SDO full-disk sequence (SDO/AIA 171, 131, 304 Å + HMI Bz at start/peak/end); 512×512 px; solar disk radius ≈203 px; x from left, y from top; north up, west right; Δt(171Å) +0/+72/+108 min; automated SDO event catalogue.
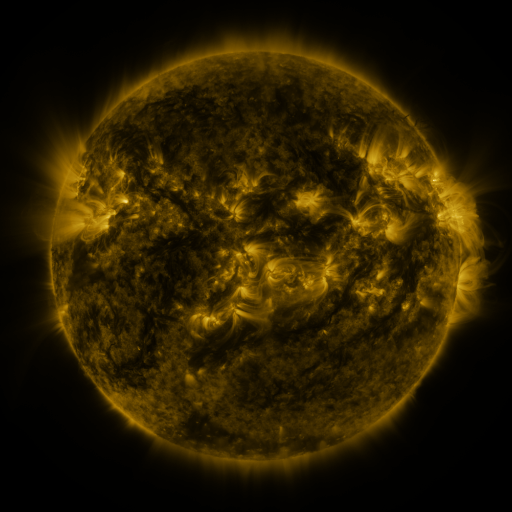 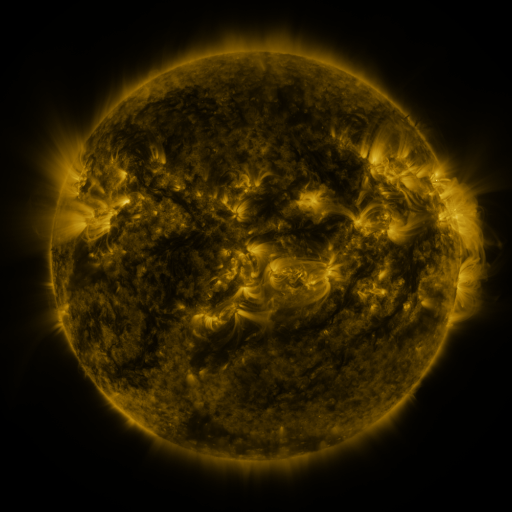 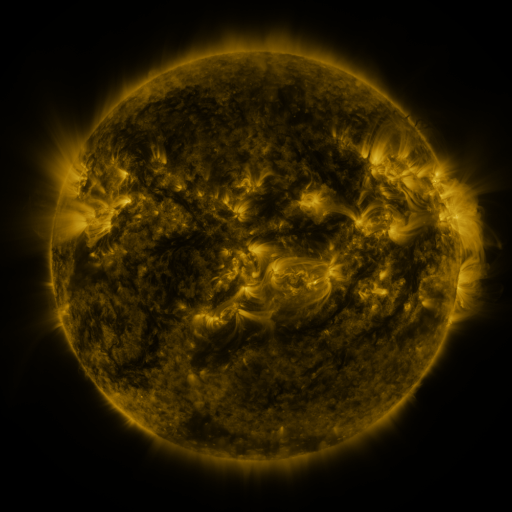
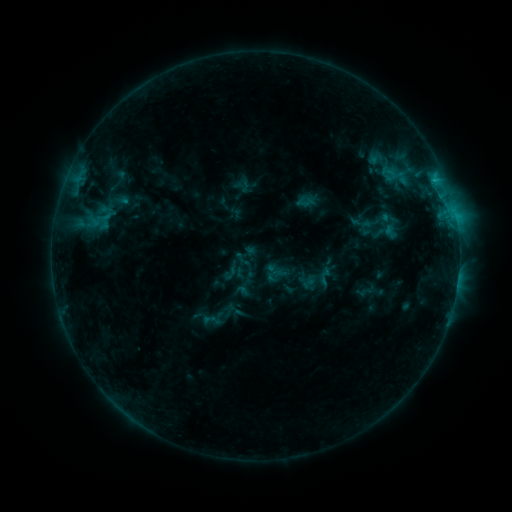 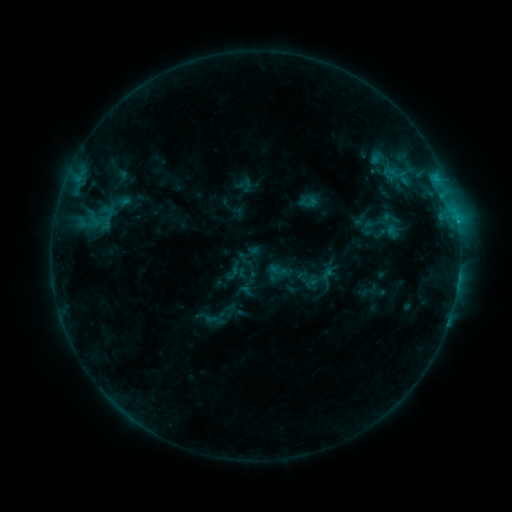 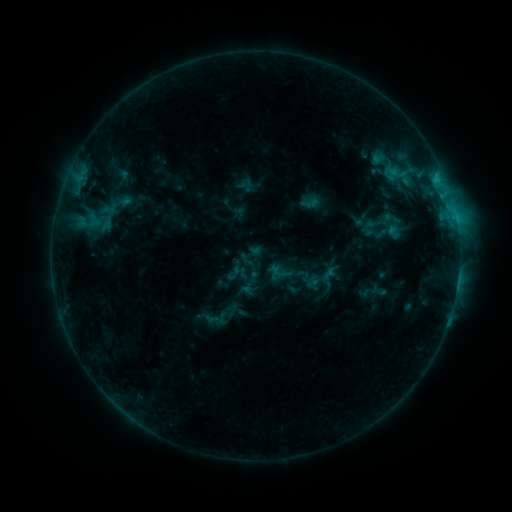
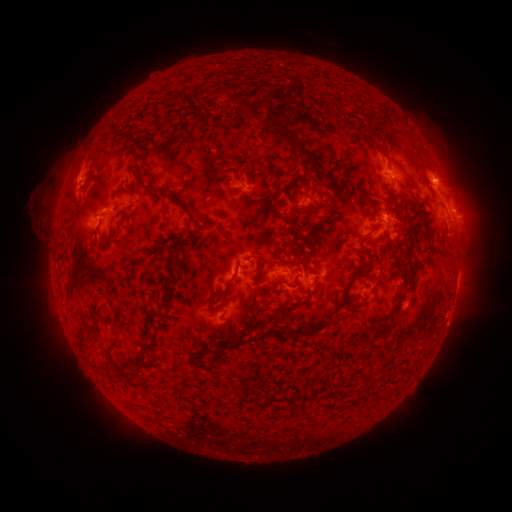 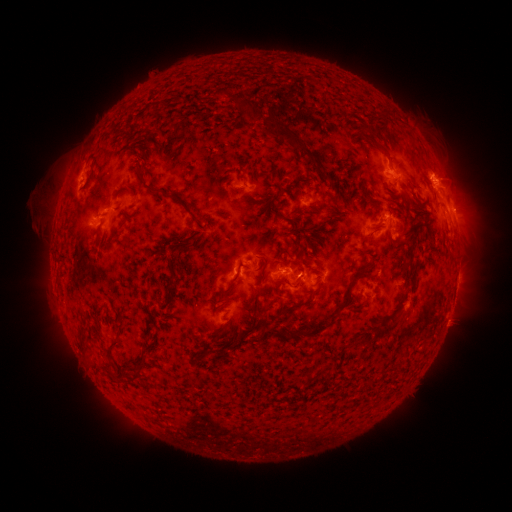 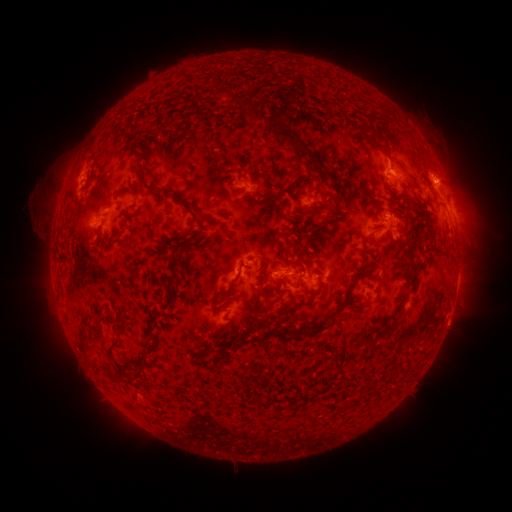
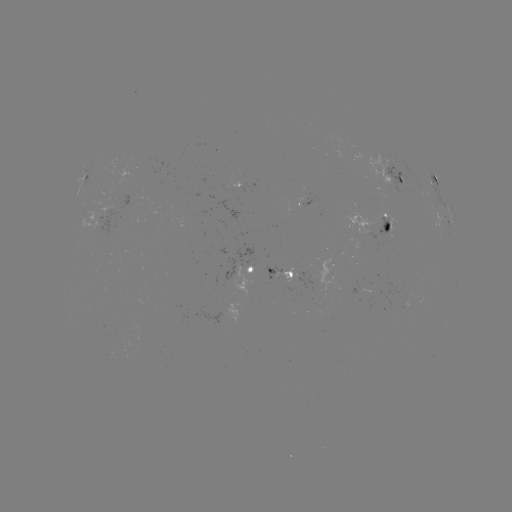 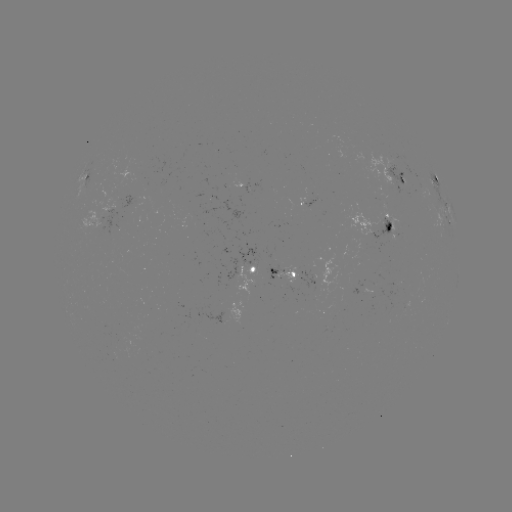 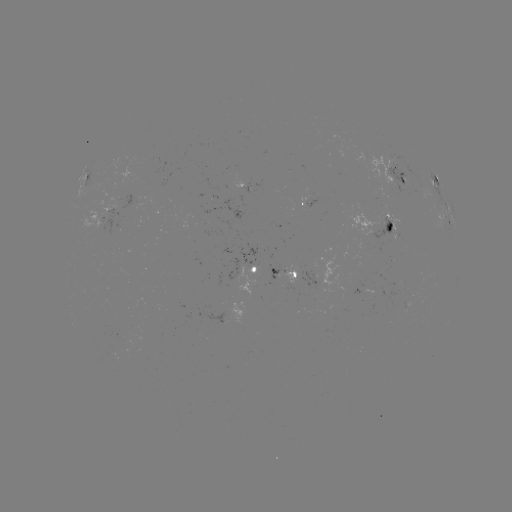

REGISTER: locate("emerging-flux region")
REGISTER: (112, 206)